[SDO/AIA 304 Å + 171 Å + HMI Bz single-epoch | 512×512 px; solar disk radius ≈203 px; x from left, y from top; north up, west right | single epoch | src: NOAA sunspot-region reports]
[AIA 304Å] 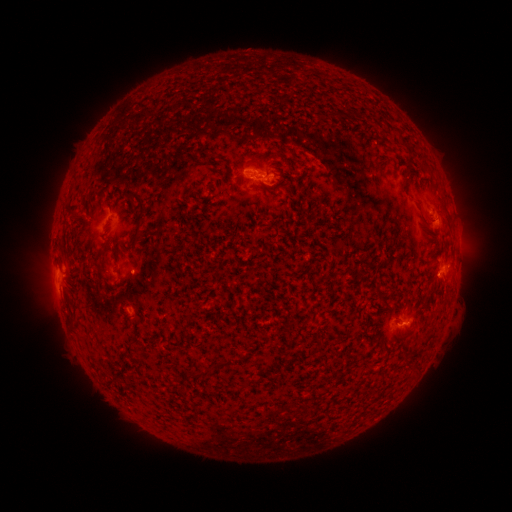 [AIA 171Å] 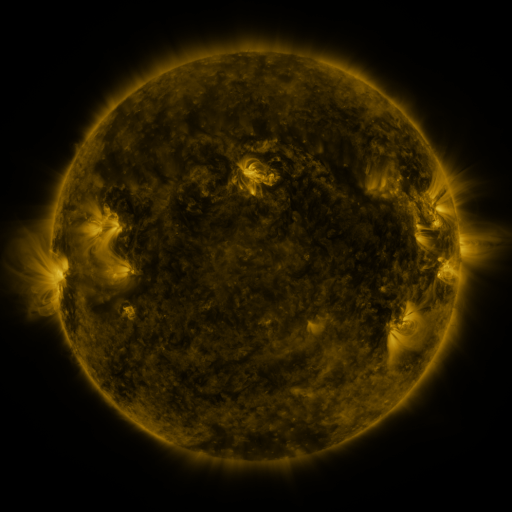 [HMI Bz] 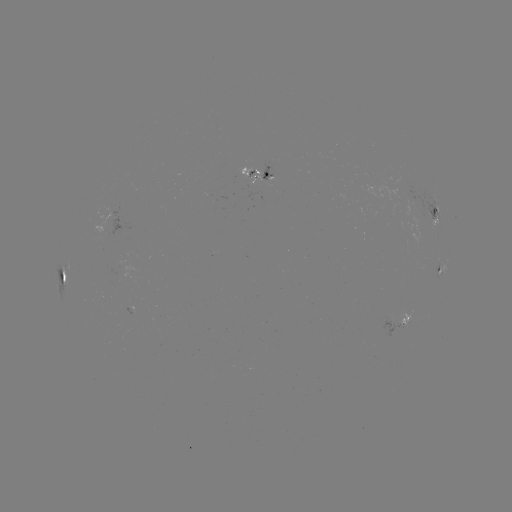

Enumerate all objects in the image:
spotted active region: (259, 174)
spotted active region: (436, 216)
spotted active region: (445, 270)
spotted active region: (65, 277)
spotted active region: (399, 323)
